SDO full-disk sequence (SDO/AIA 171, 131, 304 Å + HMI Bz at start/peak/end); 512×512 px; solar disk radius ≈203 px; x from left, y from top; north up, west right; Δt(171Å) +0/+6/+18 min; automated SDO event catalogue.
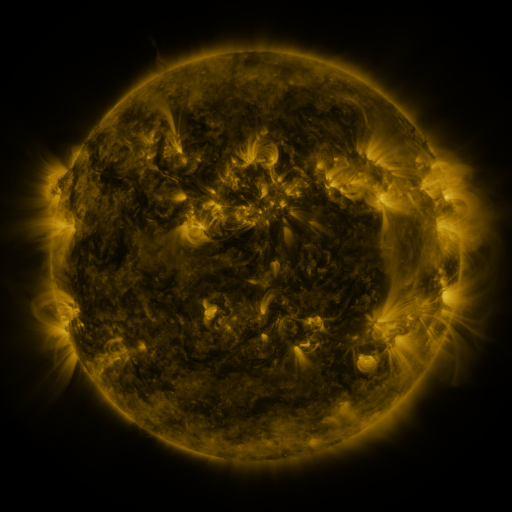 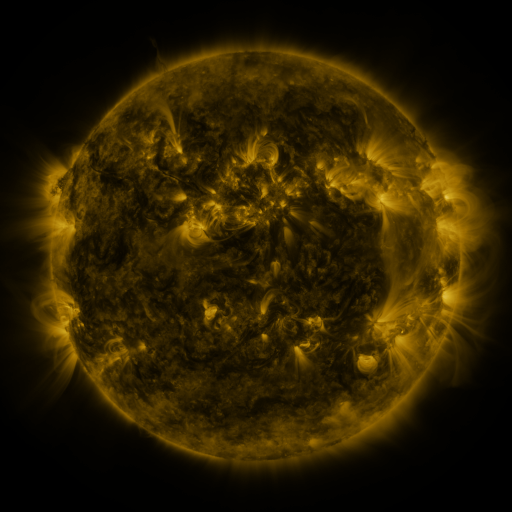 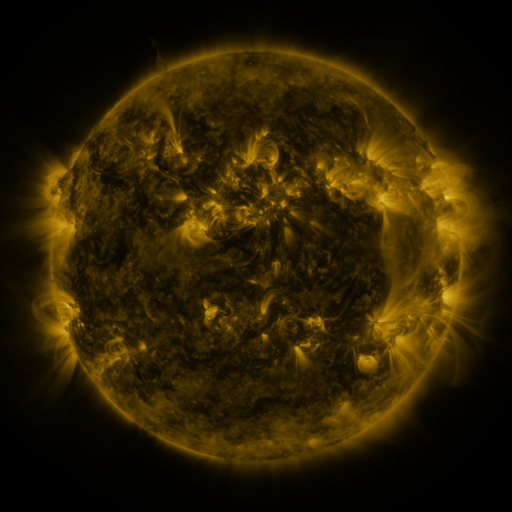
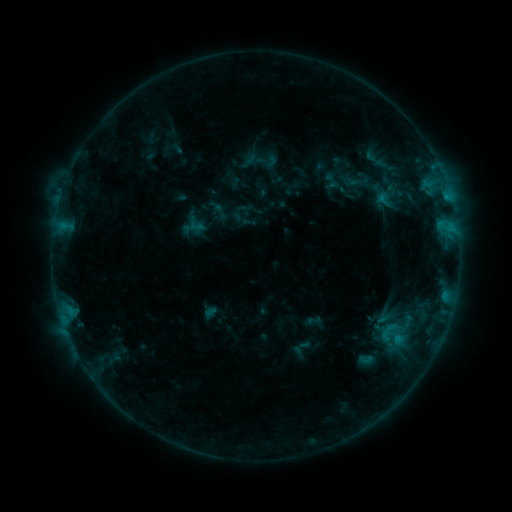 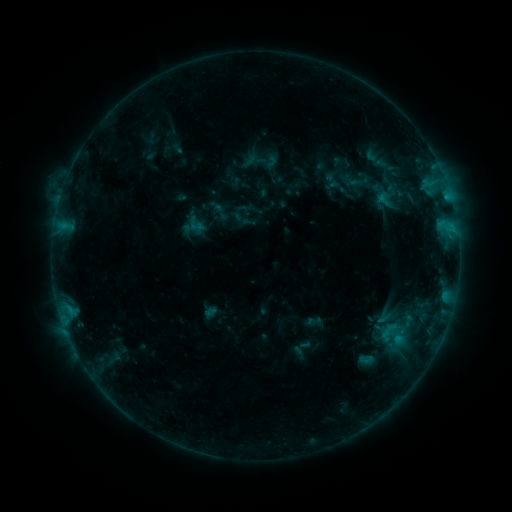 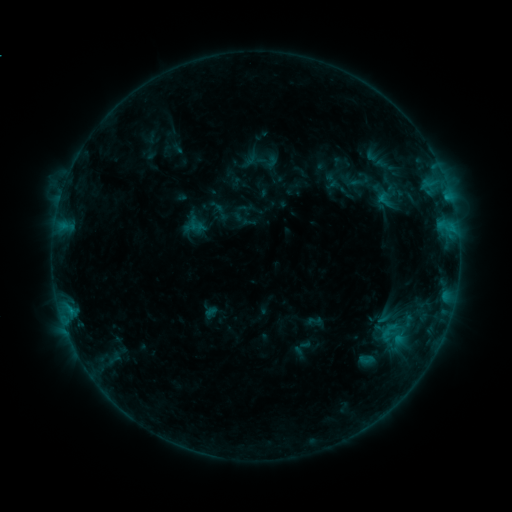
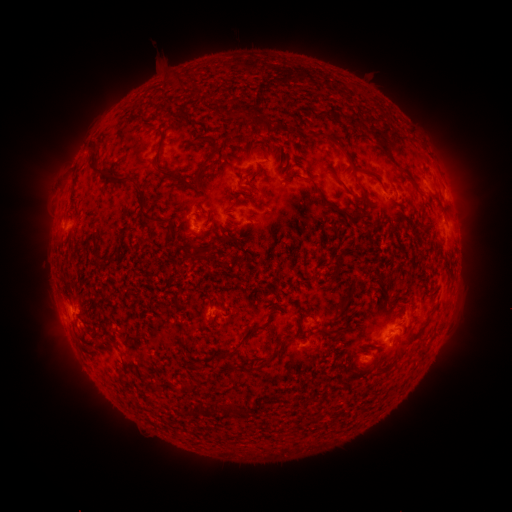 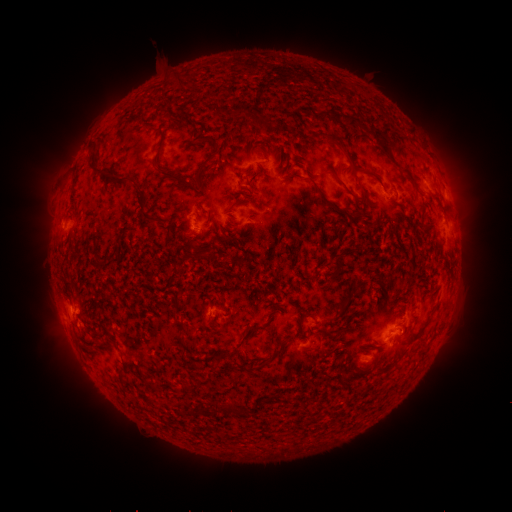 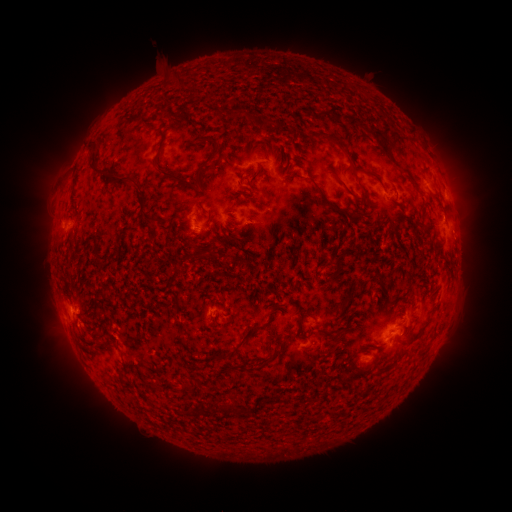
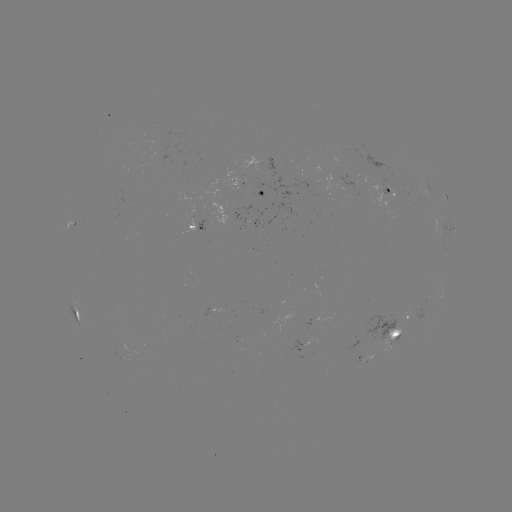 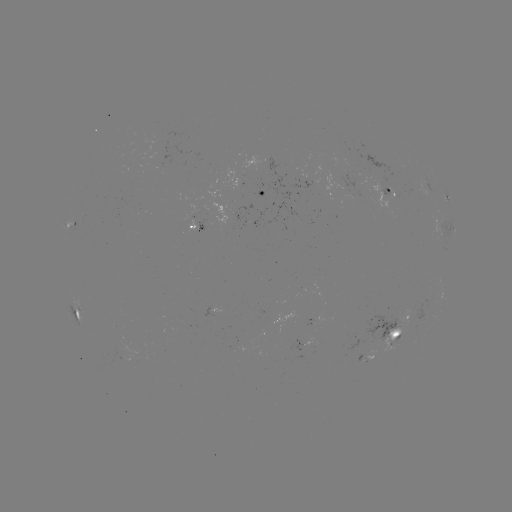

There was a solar flare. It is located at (447, 199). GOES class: B5.4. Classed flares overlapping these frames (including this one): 1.